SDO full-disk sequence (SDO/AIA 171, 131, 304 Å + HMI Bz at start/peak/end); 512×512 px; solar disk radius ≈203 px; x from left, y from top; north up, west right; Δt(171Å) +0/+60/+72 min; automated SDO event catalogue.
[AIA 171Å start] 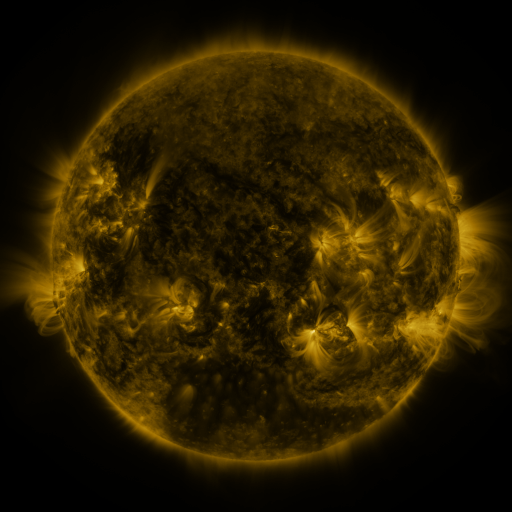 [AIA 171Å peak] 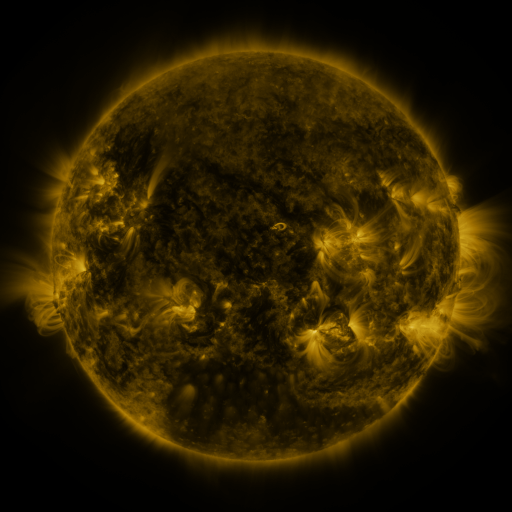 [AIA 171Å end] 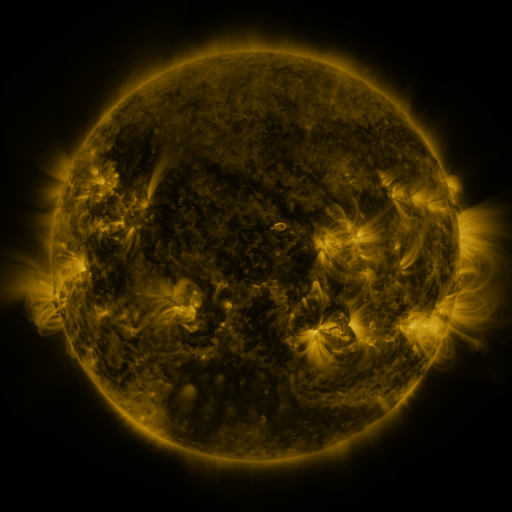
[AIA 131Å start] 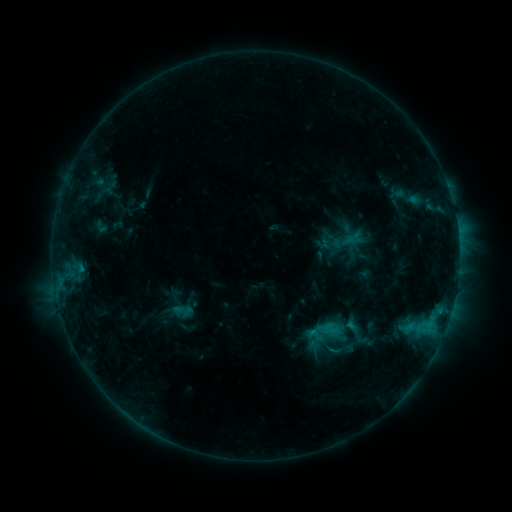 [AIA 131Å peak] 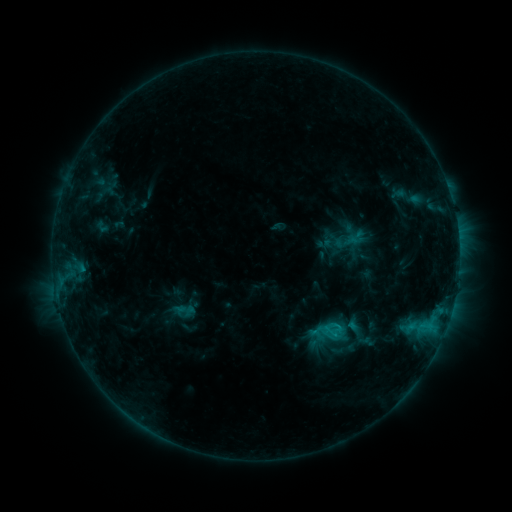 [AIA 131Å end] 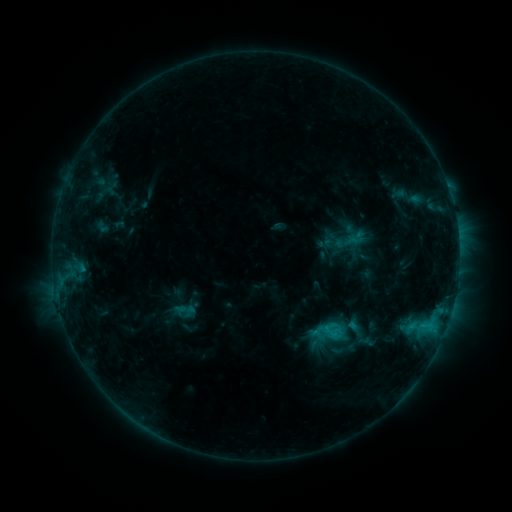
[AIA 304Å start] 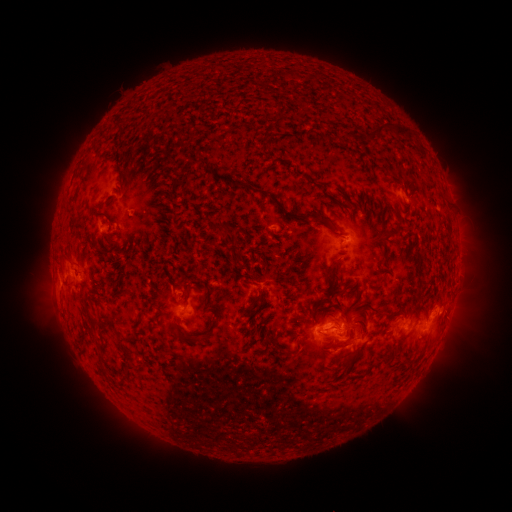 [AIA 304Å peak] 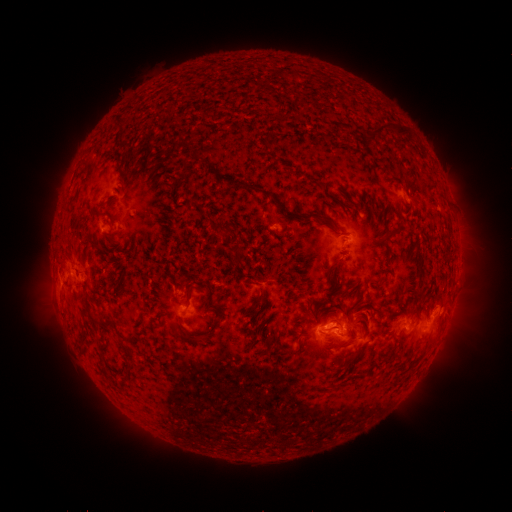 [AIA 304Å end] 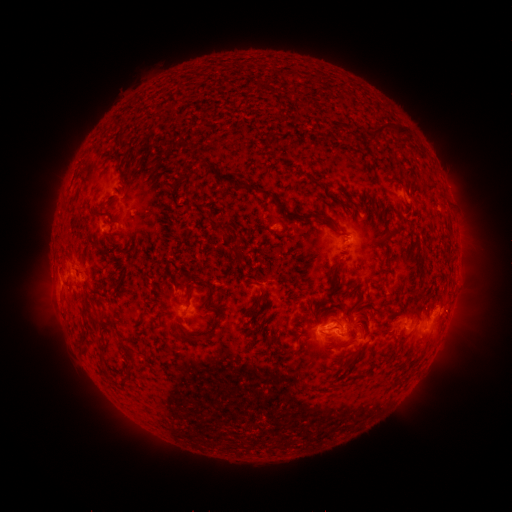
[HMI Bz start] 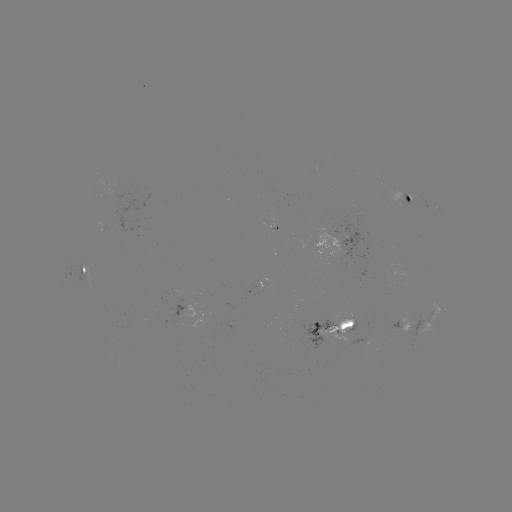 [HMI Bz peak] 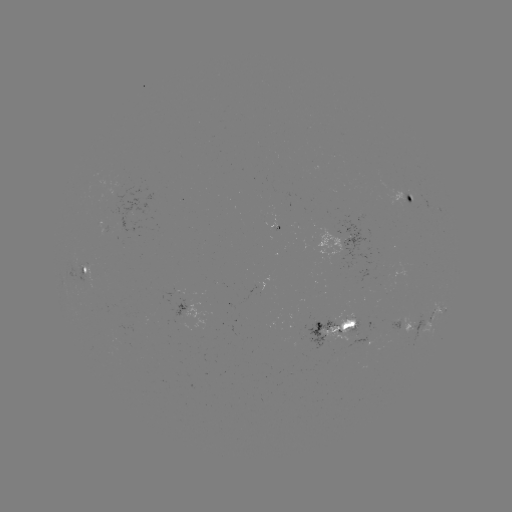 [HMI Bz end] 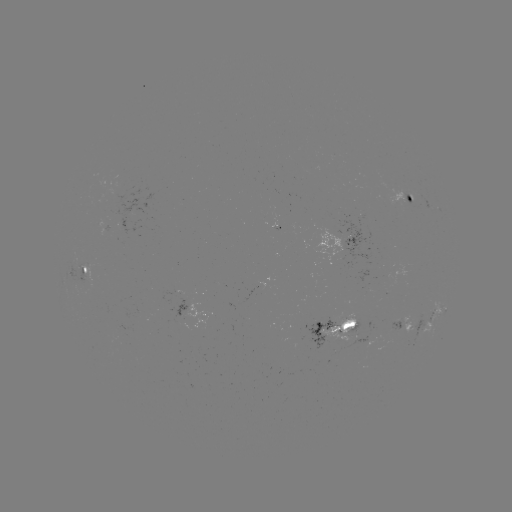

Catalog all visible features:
emerging-flux region: (408, 195)
